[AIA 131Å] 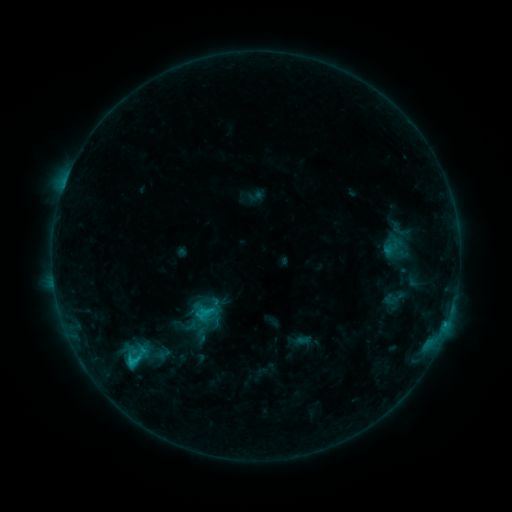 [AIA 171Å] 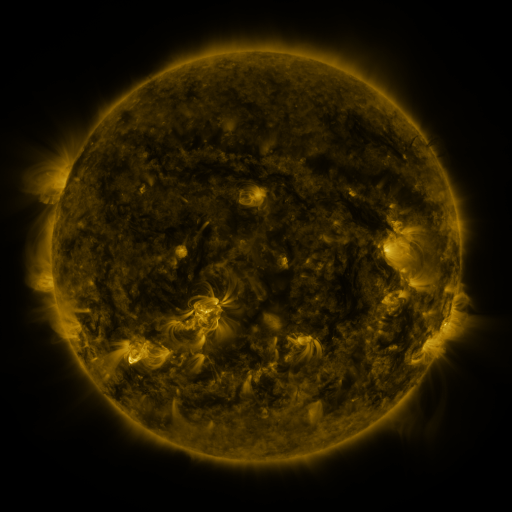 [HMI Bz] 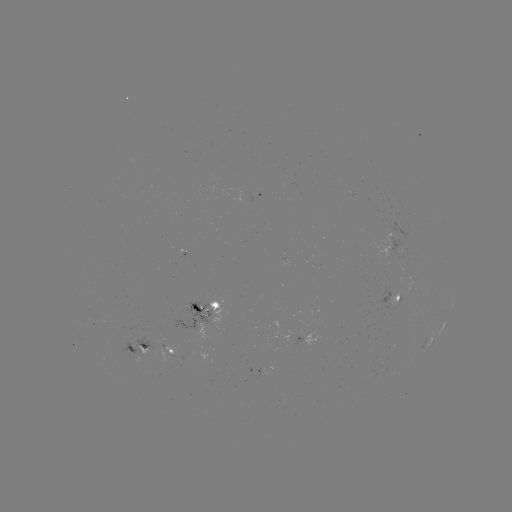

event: sigmoid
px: (394, 298)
